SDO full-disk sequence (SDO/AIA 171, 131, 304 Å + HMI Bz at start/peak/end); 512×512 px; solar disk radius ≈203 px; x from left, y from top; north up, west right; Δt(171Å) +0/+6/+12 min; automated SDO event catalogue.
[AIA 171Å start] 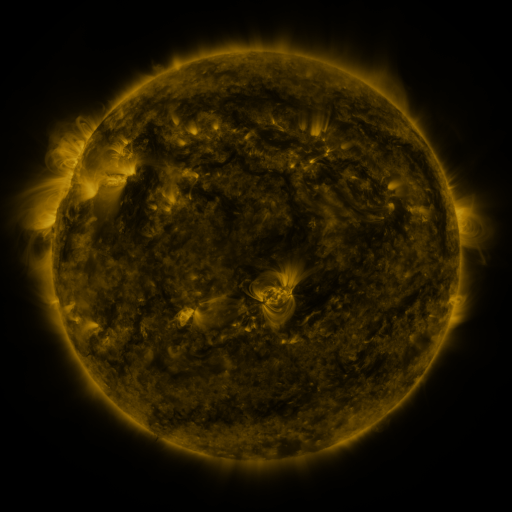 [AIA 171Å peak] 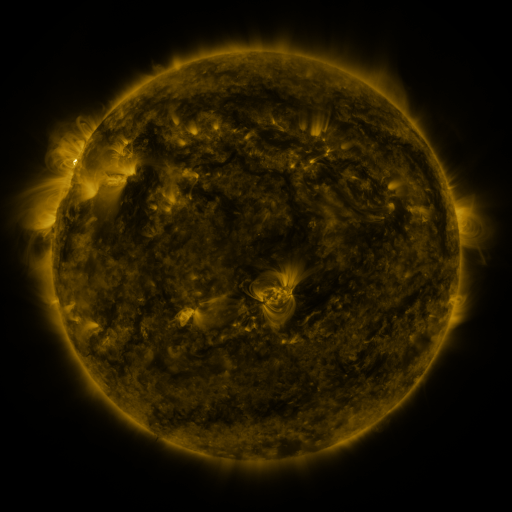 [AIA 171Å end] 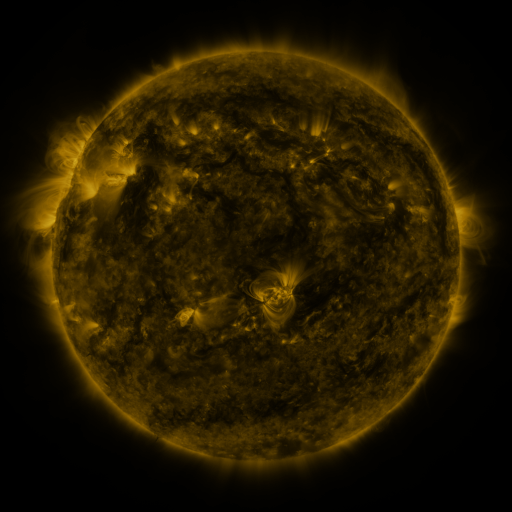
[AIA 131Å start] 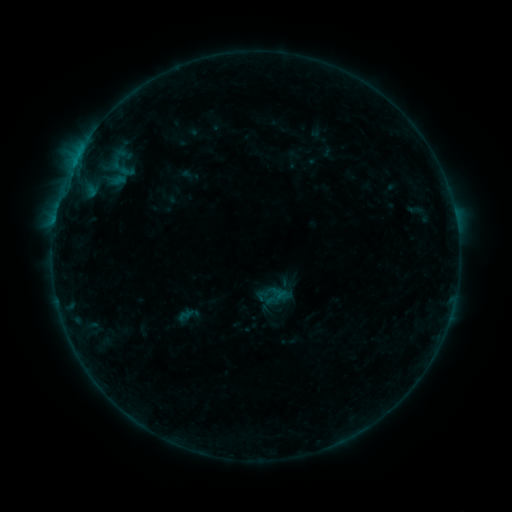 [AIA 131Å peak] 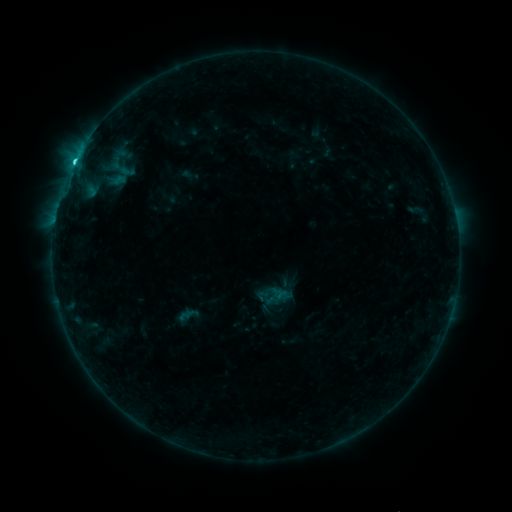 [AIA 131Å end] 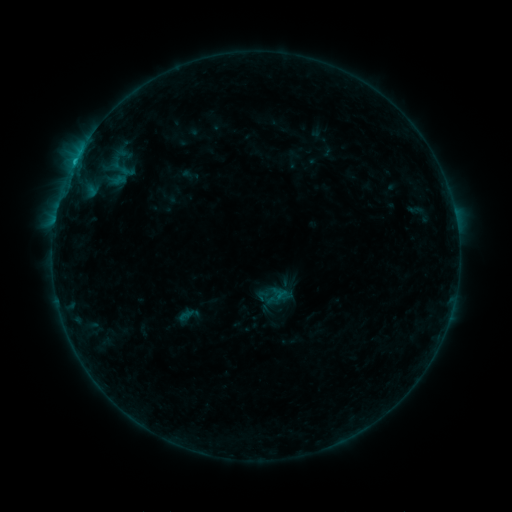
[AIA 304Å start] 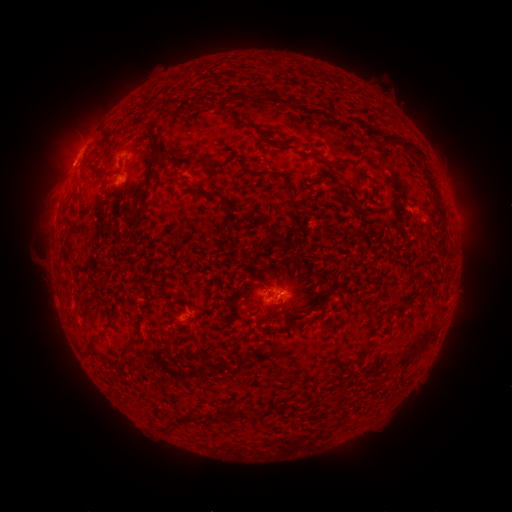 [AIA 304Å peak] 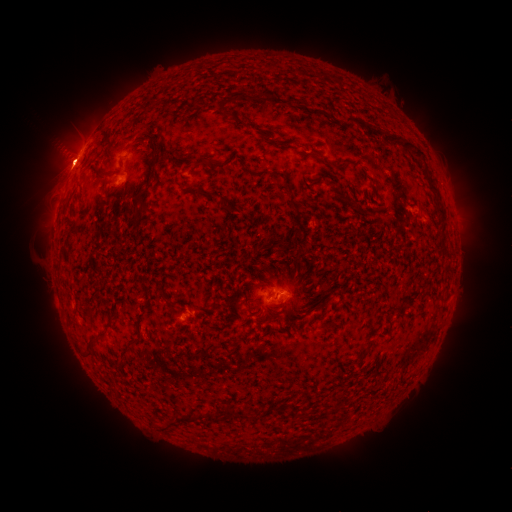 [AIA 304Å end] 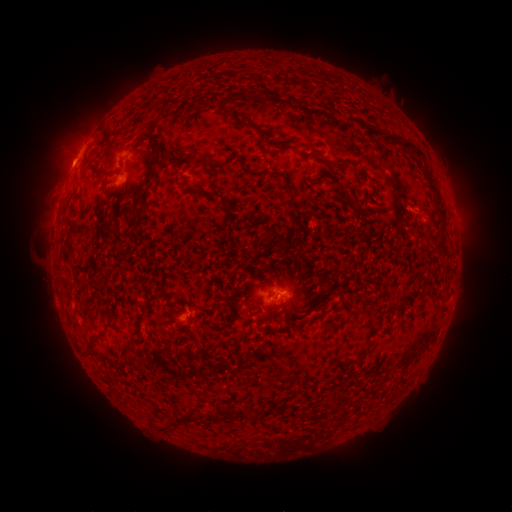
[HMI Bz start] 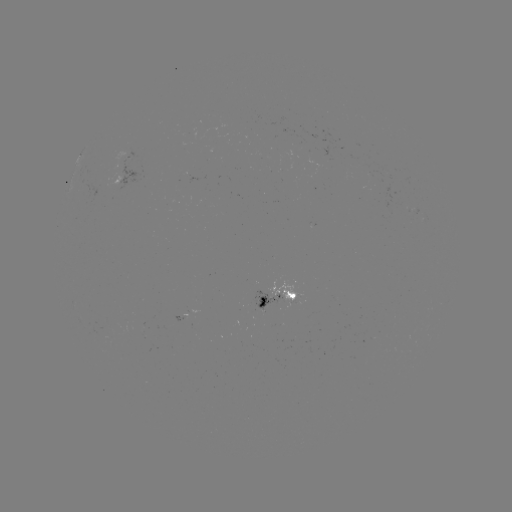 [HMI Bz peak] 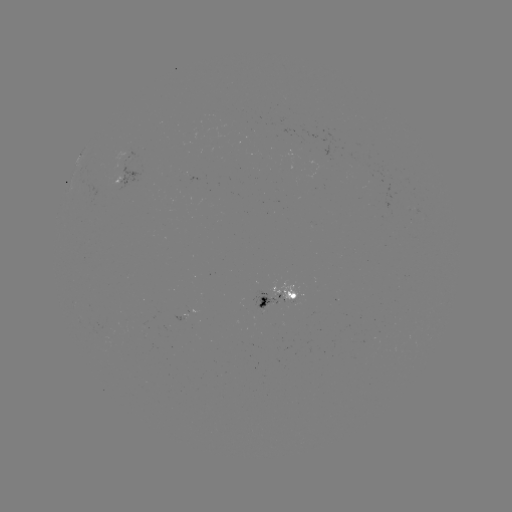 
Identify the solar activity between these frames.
C1.6 flare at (75, 162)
